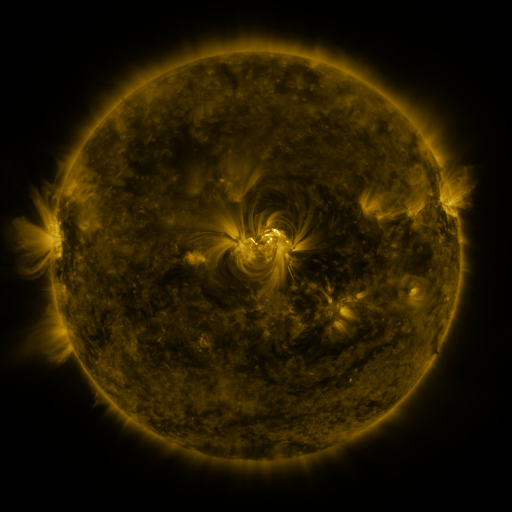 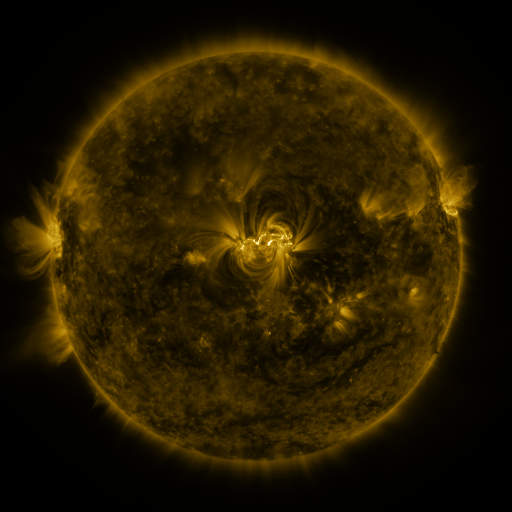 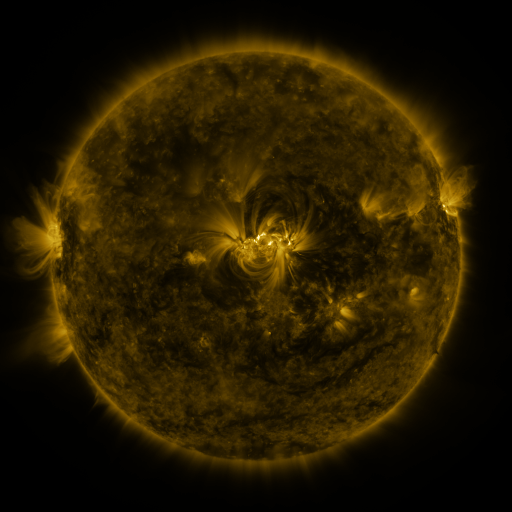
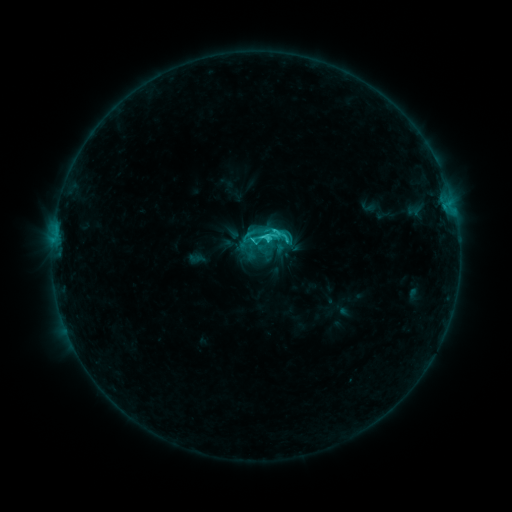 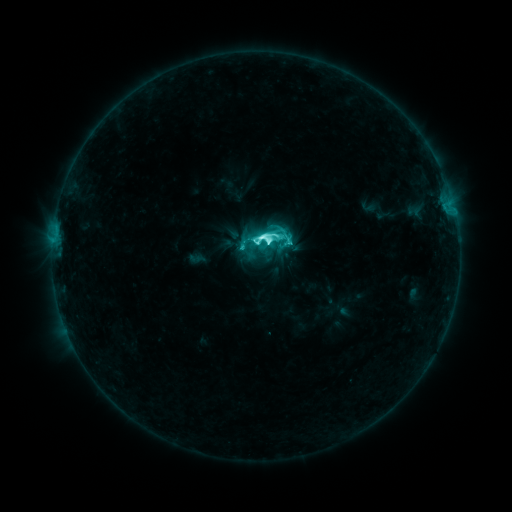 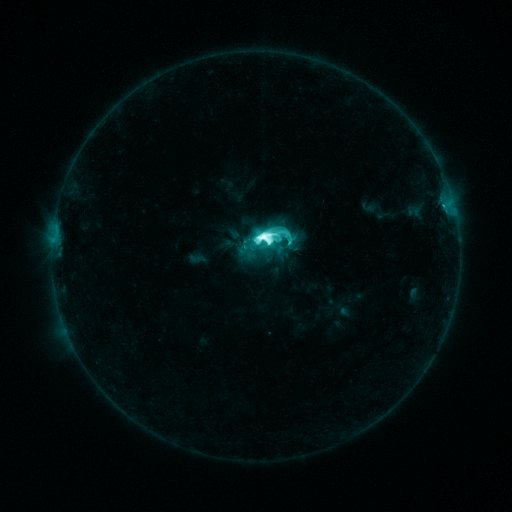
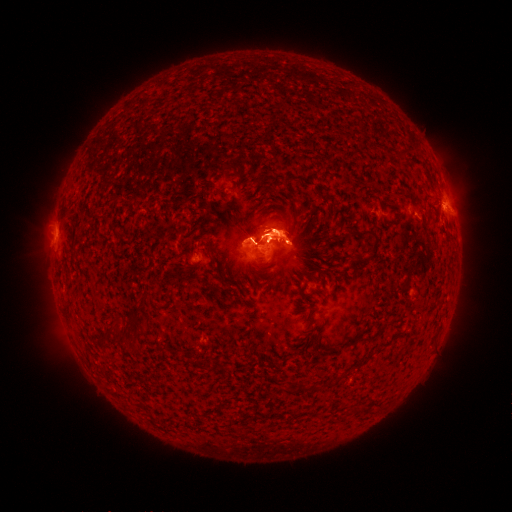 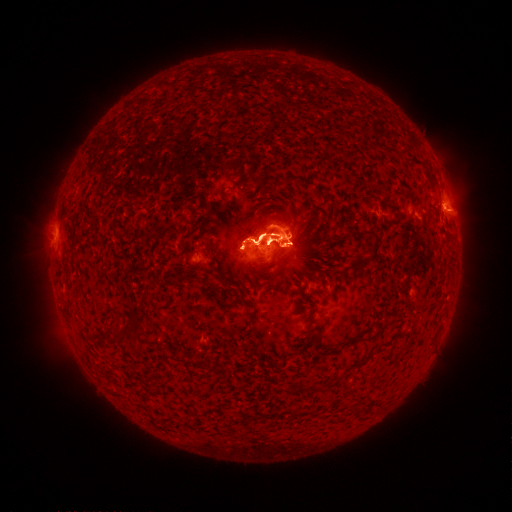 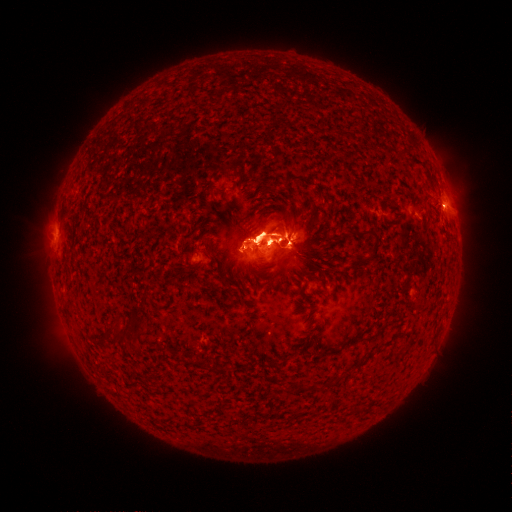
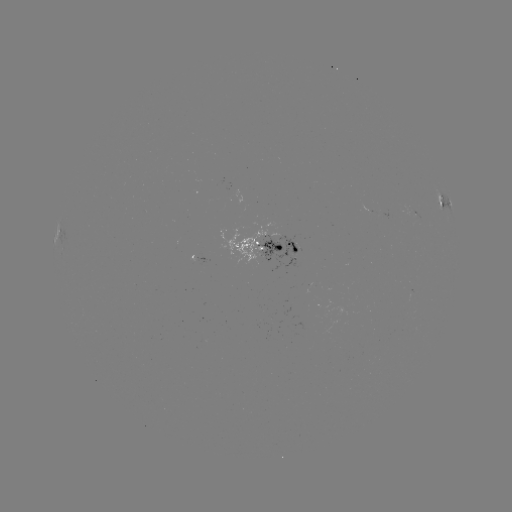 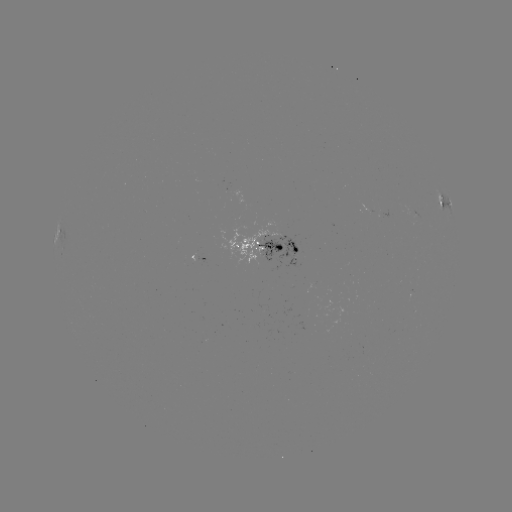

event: eruption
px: (179, 227)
